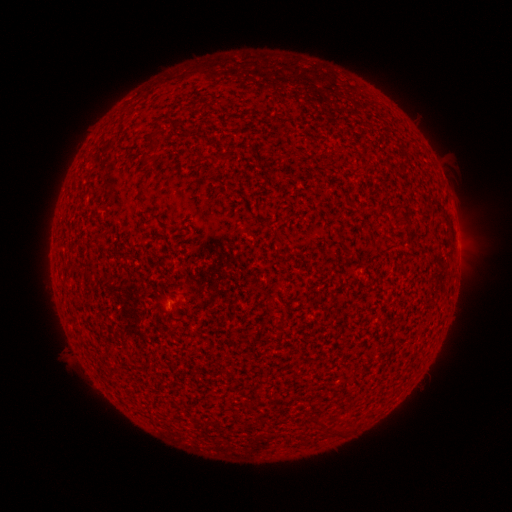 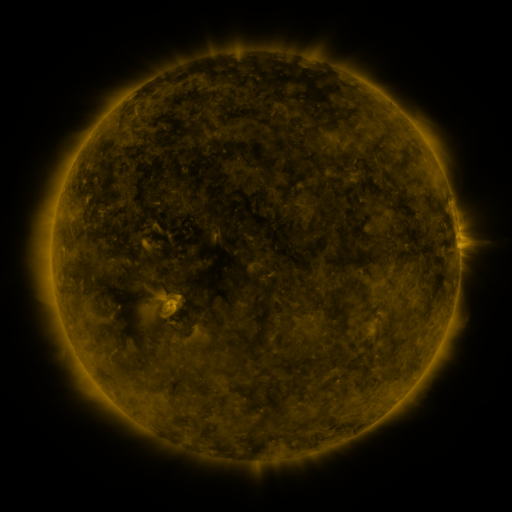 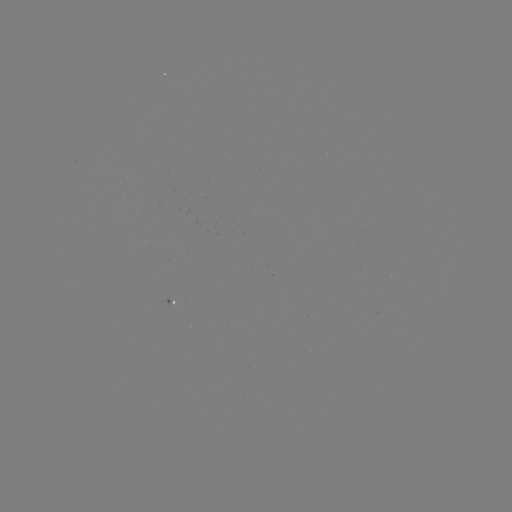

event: spotted active region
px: (177, 305)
